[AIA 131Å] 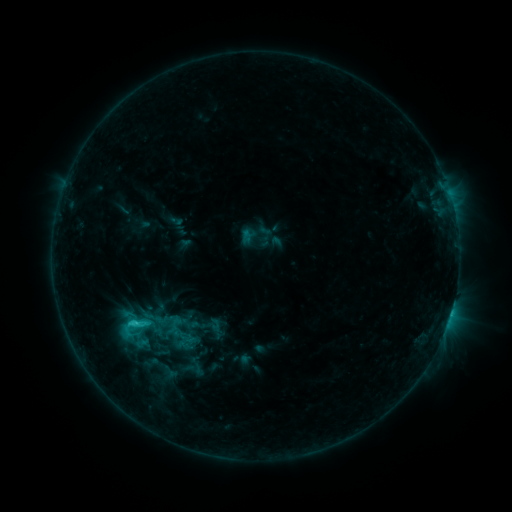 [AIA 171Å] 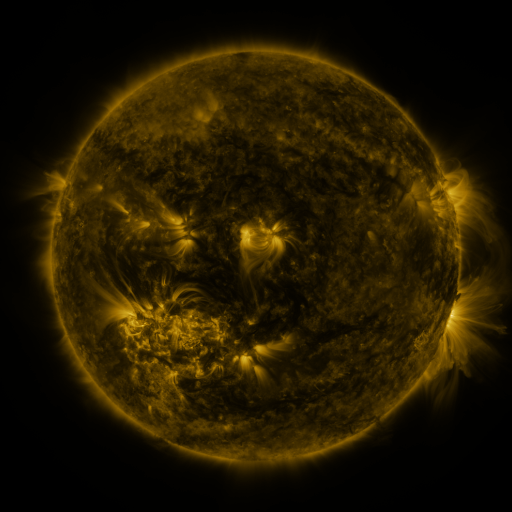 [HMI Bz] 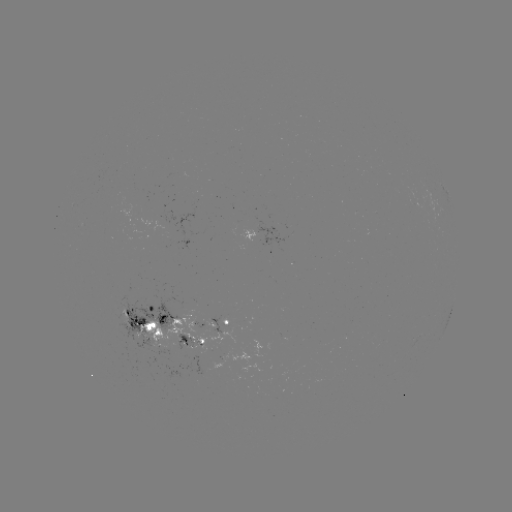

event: sigmoid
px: (134, 326)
